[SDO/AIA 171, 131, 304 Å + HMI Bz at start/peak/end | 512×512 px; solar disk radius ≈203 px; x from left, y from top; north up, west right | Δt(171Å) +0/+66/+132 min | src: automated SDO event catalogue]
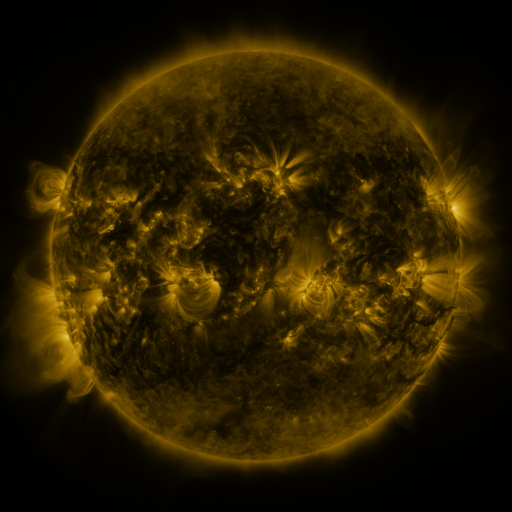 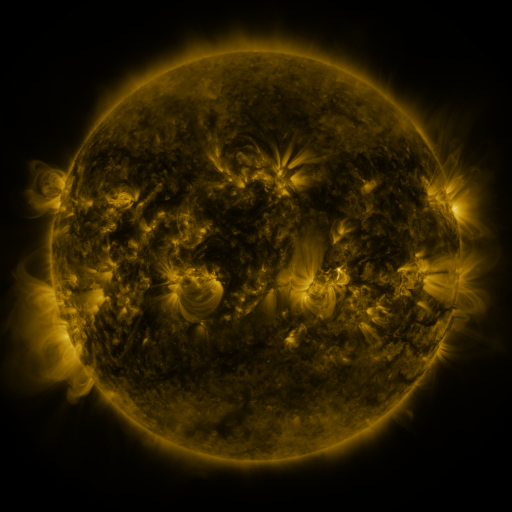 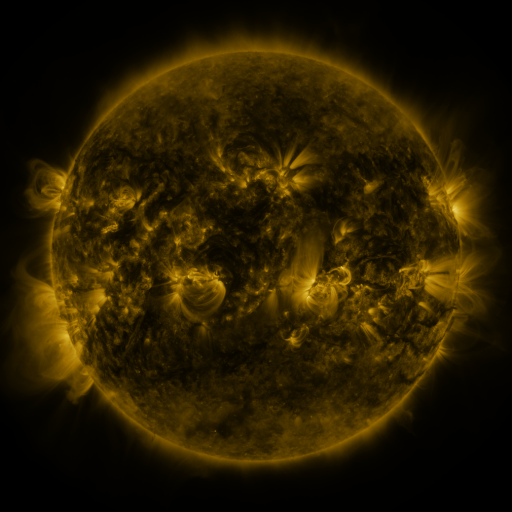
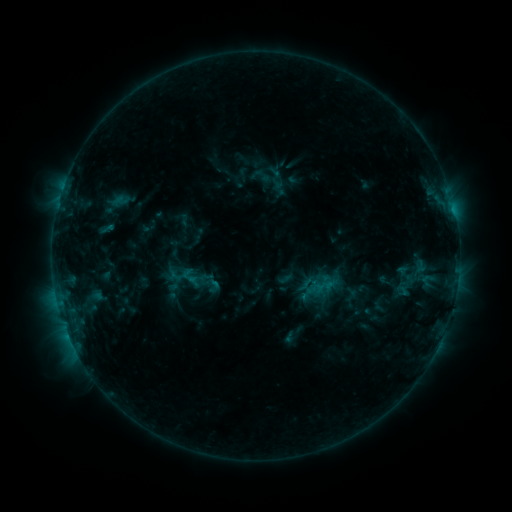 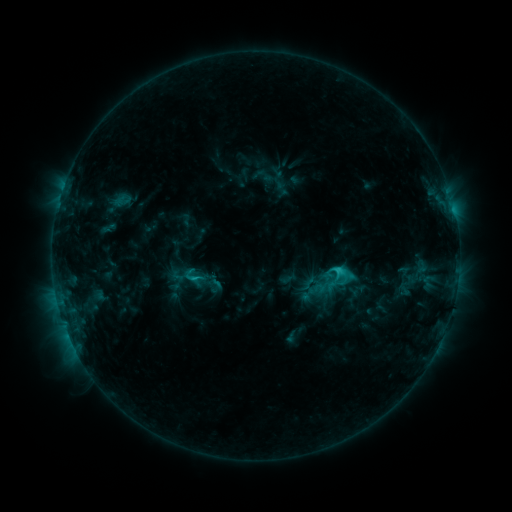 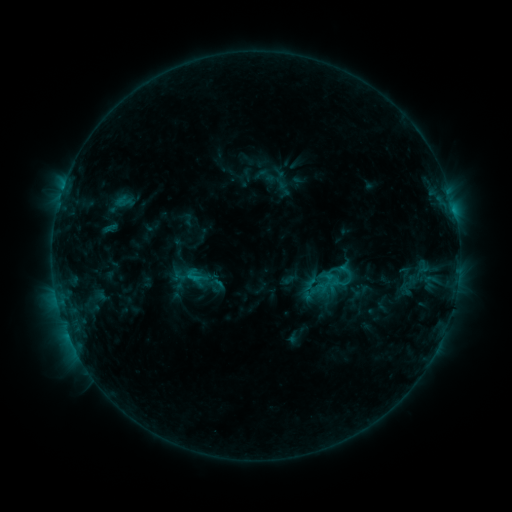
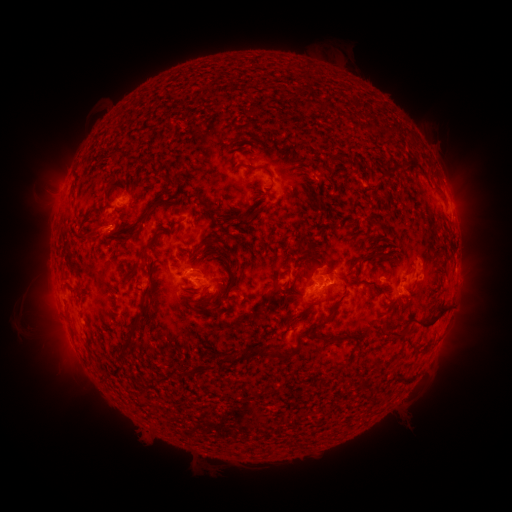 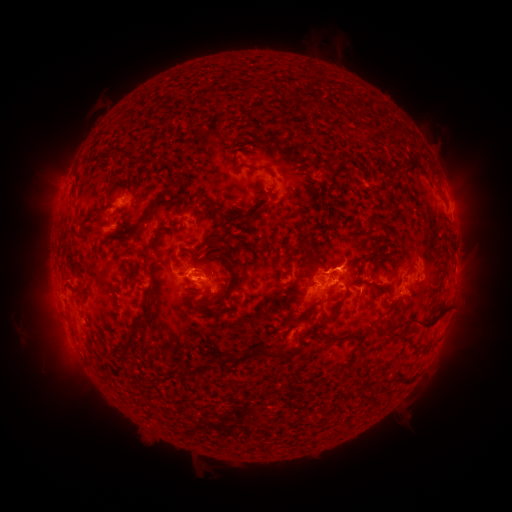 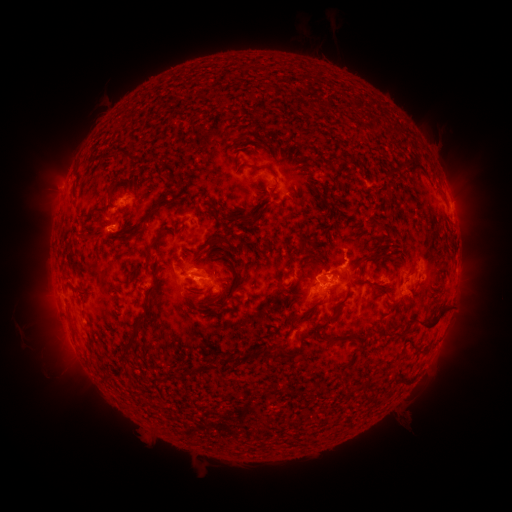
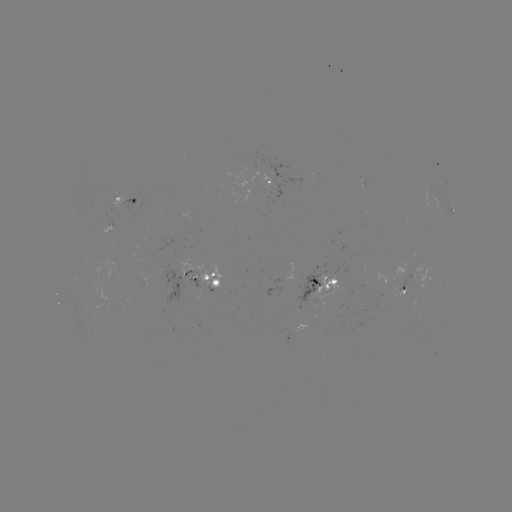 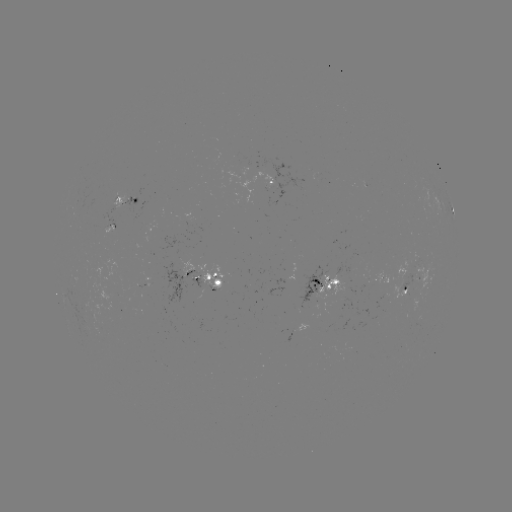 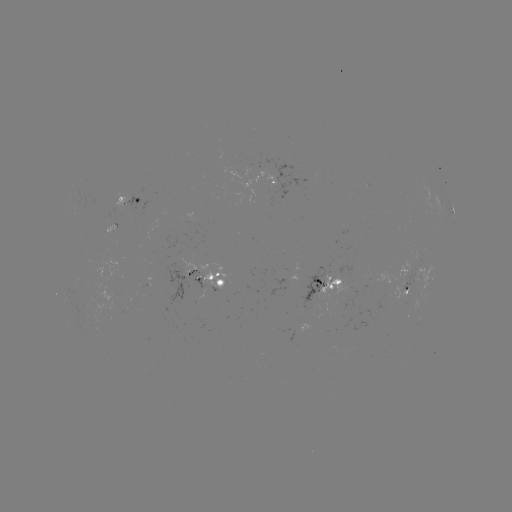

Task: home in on C2.4 flare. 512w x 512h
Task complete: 337,269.